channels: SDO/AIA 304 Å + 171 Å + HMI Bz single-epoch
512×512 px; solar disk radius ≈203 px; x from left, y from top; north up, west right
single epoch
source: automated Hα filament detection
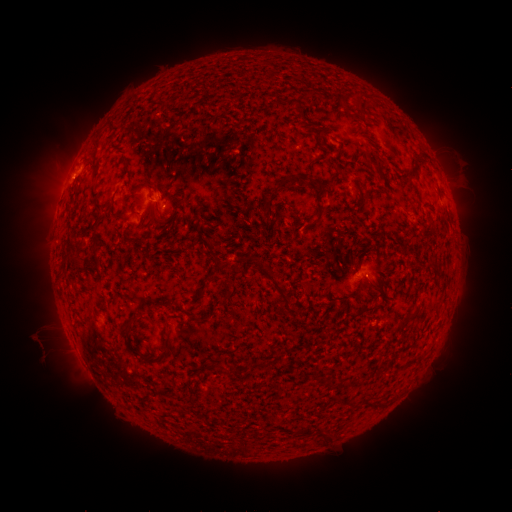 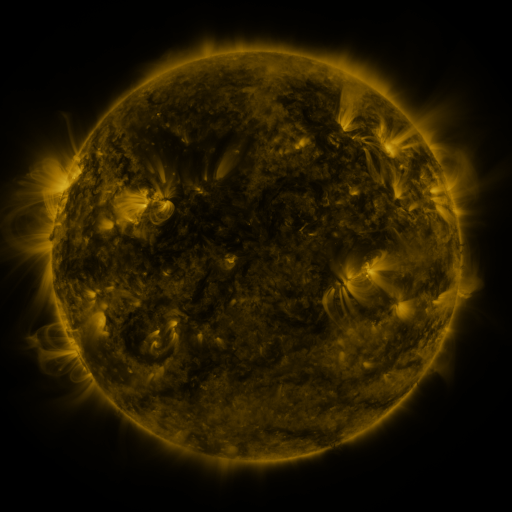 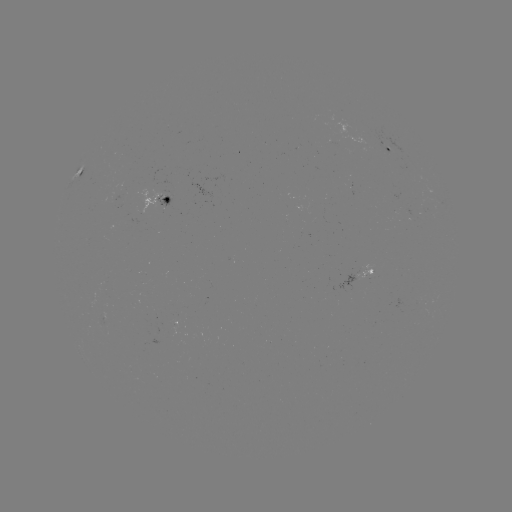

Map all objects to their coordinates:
filament: (359, 105)
filament: (298, 108)
filament: (320, 136)
filament: (93, 146)
filament: (94, 172)
filament: (284, 181)
filament: (408, 184)
filament: (177, 185)
filament: (154, 191)
filament: (94, 200)
filament: (267, 207)
filament: (318, 211)
filament: (164, 223)
filament: (98, 249)
filament: (211, 250)
filament: (74, 259)
filament: (211, 280)
filament: (275, 283)
filament: (227, 294)
filament: (370, 307)
filament: (137, 319)
filament: (168, 349)
filament: (152, 361)
filament: (259, 364)
filament: (247, 366)
filament: (368, 401)
